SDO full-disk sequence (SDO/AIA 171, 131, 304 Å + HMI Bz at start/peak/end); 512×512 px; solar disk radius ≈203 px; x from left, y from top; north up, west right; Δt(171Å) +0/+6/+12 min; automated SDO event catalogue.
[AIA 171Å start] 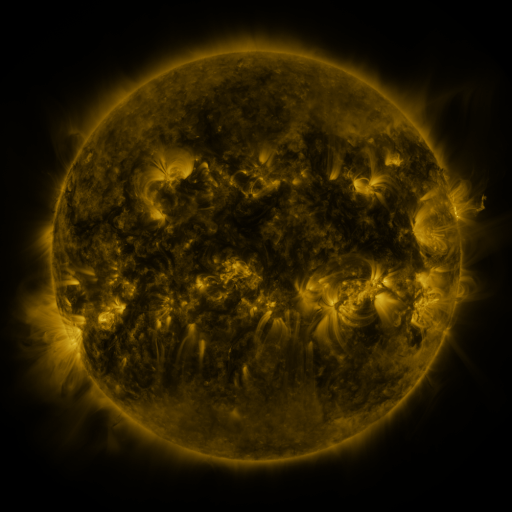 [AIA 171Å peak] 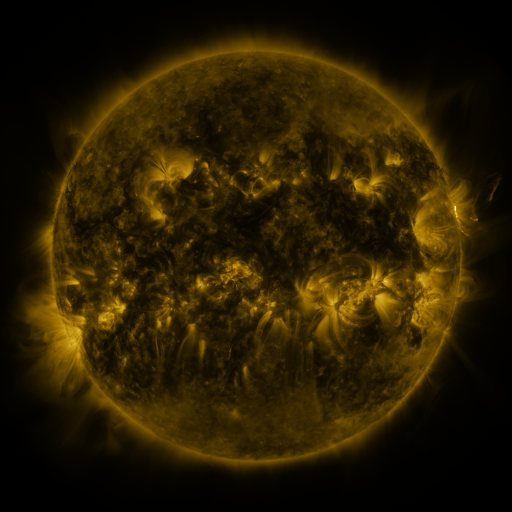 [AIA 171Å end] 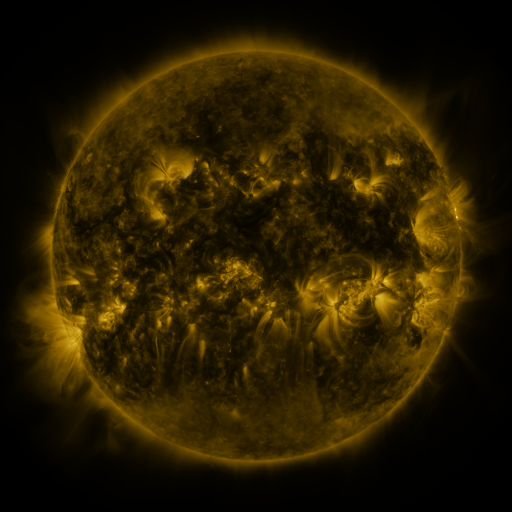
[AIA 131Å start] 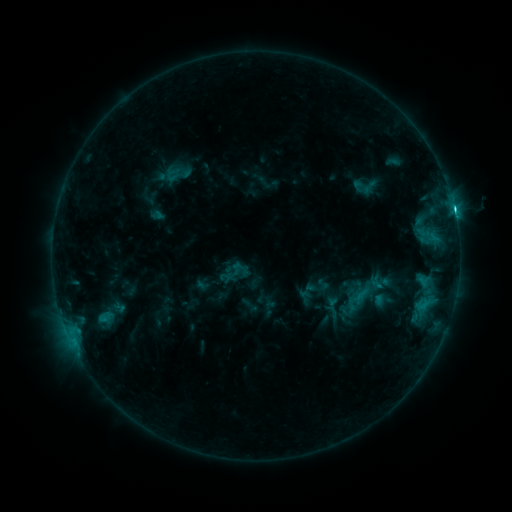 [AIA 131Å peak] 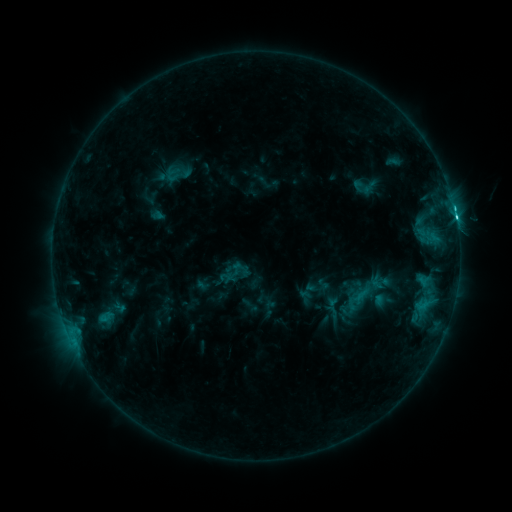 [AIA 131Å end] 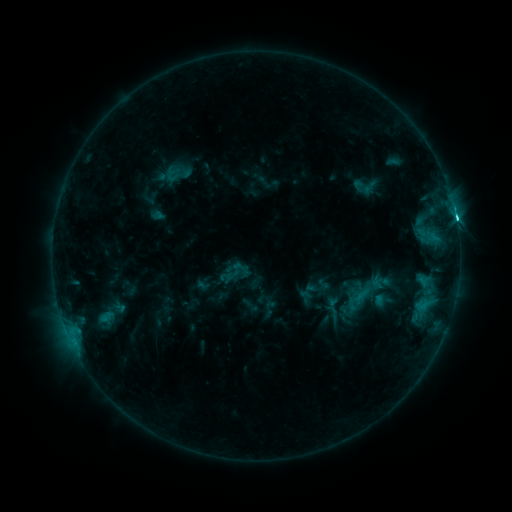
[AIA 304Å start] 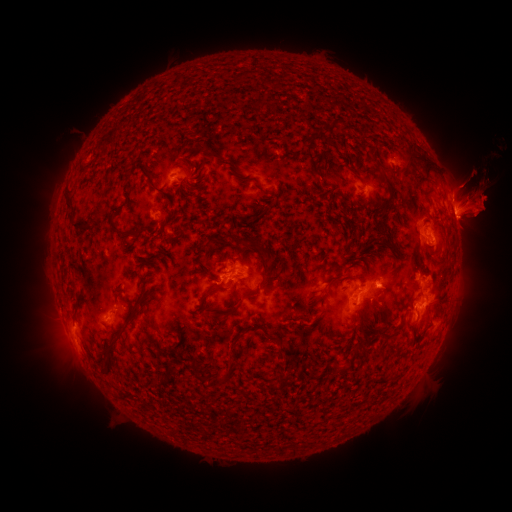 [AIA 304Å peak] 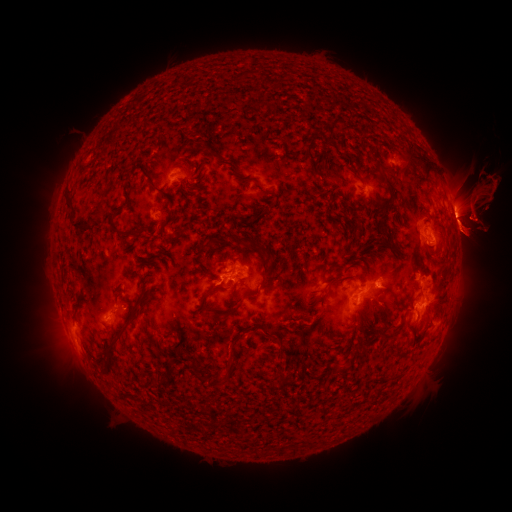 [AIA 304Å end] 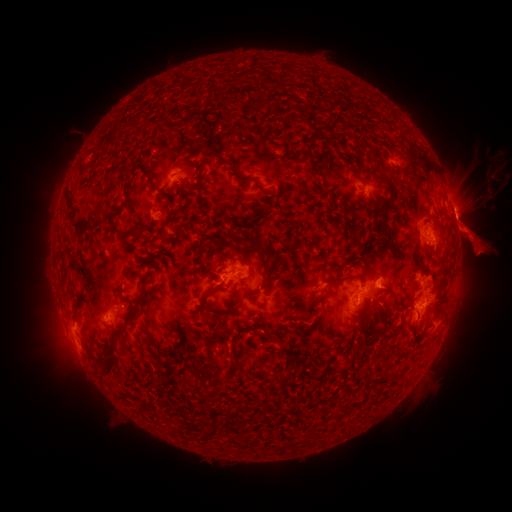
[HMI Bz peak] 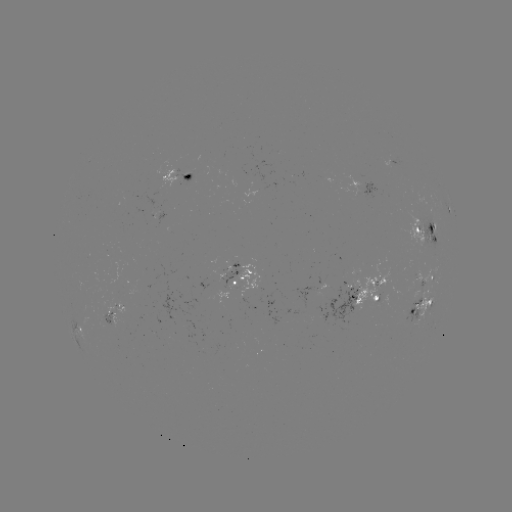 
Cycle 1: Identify eruption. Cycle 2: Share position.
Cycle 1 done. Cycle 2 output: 36,226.